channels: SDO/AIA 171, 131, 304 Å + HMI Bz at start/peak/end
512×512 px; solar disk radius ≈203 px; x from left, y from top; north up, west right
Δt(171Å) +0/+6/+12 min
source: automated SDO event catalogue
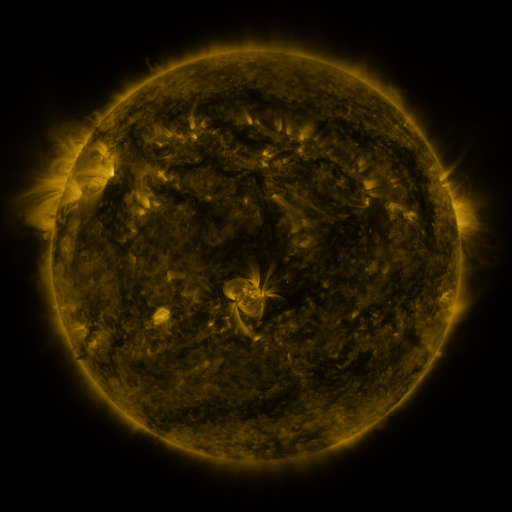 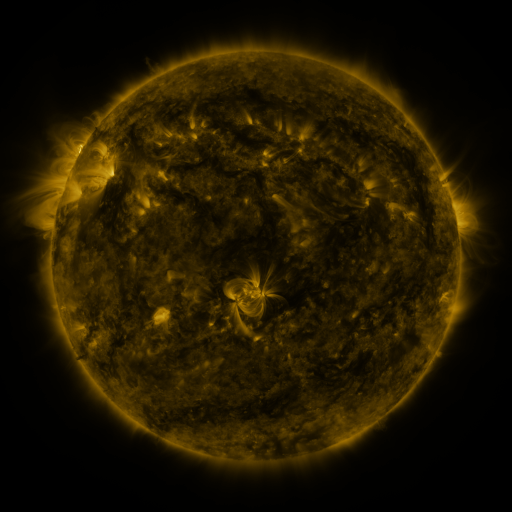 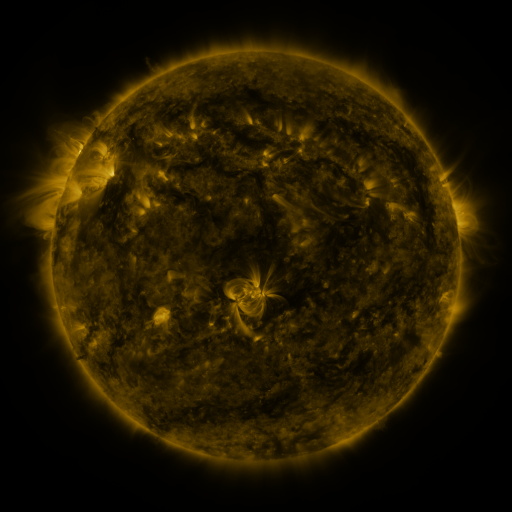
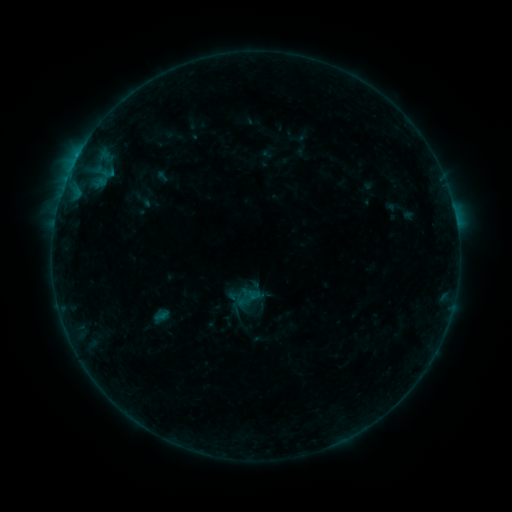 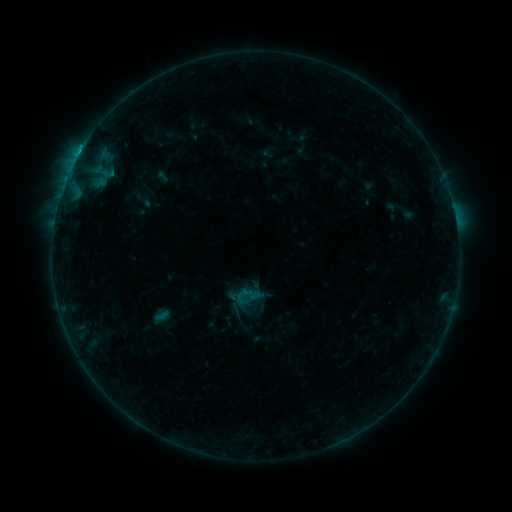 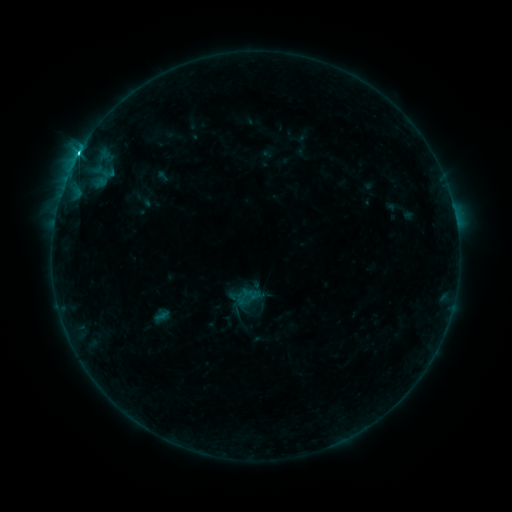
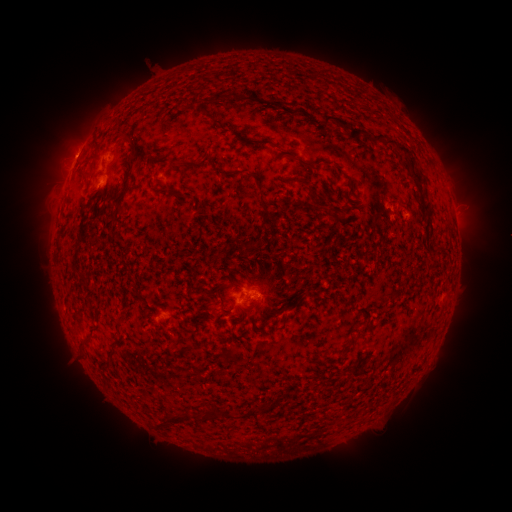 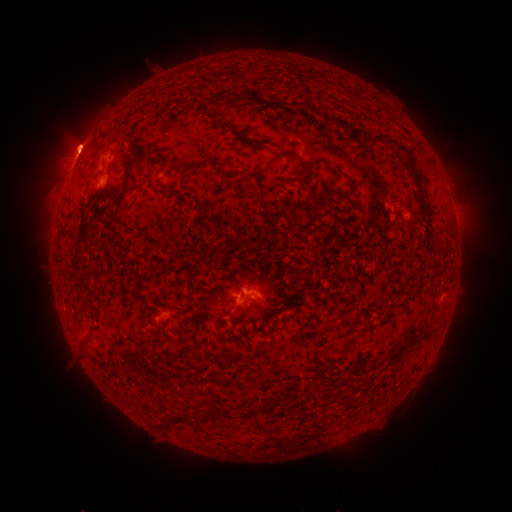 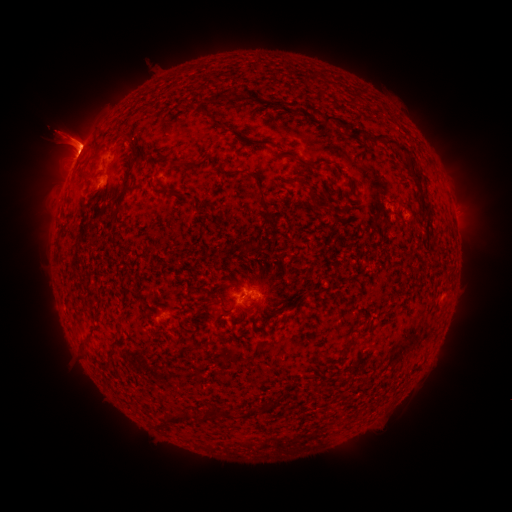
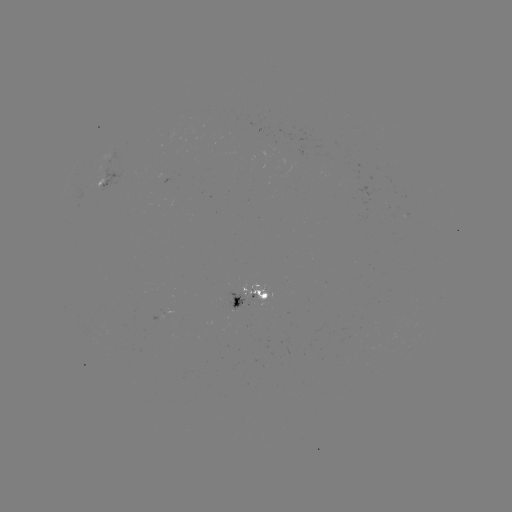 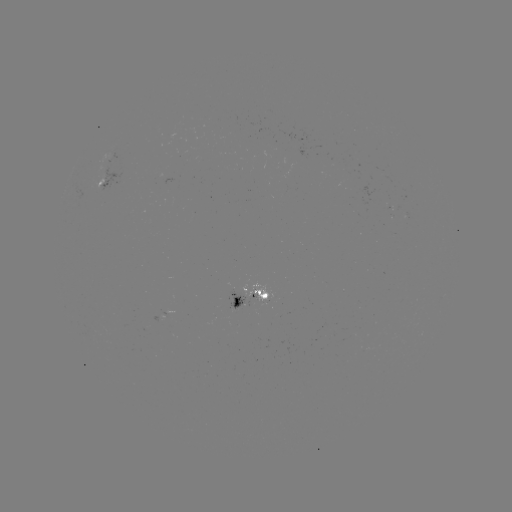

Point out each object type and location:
C2.7 flare: (80, 153)
